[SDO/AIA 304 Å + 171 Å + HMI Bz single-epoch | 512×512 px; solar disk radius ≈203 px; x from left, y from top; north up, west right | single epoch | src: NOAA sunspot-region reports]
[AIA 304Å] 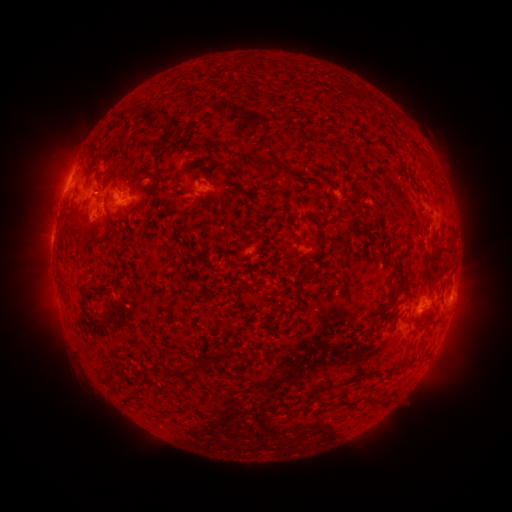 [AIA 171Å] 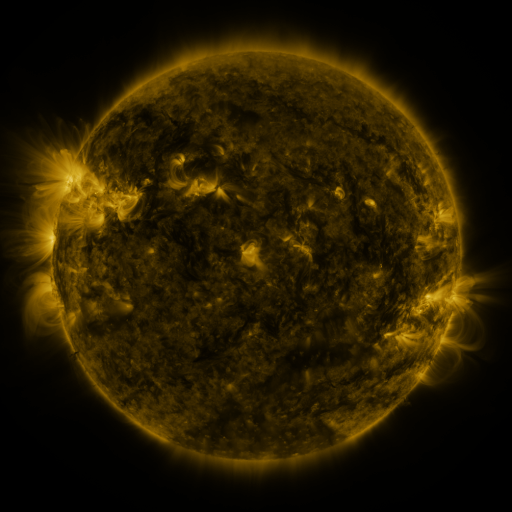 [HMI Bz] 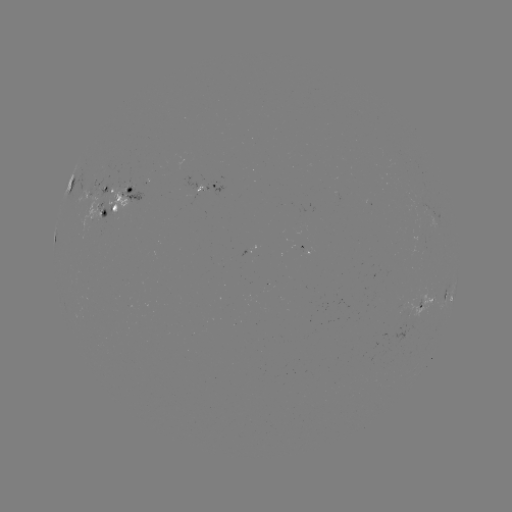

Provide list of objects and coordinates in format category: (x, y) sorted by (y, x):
spotted active region: (214, 187)
spotted active region: (128, 195)
spotted active region: (448, 300)
spotted active region: (428, 302)
